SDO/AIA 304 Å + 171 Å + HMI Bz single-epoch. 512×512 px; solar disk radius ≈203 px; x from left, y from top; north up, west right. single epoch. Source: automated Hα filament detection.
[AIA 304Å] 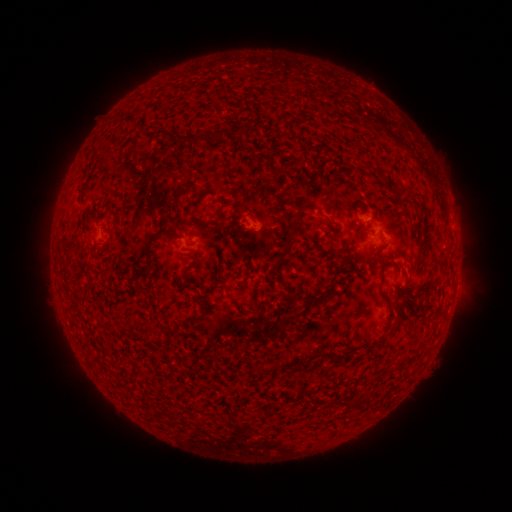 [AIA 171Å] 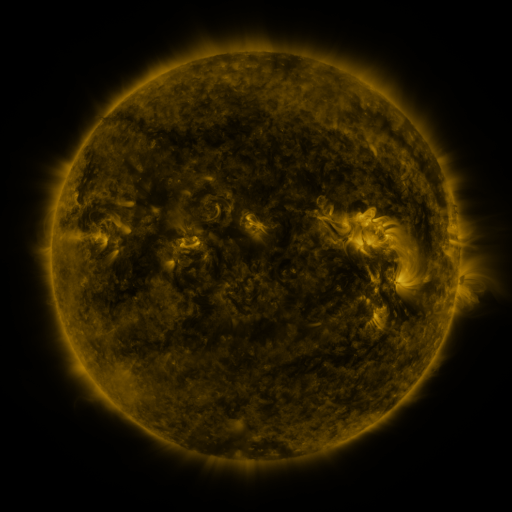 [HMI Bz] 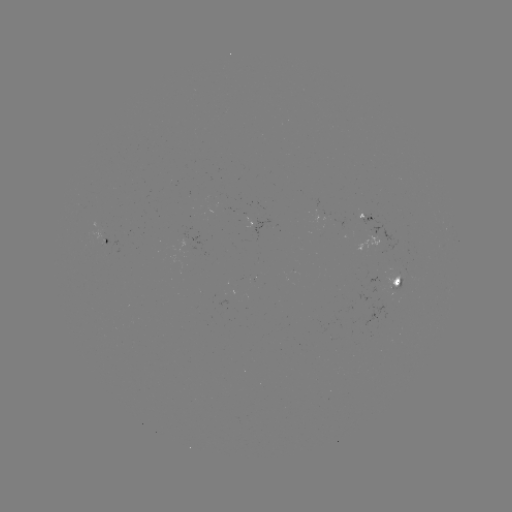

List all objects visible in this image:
filament: <bbox>231, 125, 239, 135</bbox>
filament: <bbox>172, 128, 225, 145</bbox>
filament: <bbox>294, 205, 302, 218</bbox>
filament: <bbox>199, 215, 219, 226</bbox>
filament: <bbox>143, 231, 161, 268</bbox>
filament: <bbox>269, 232, 297, 268</bbox>
filament: <bbox>89, 251, 103, 259</bbox>
filament: <bbox>356, 255, 367, 262</bbox>
filament: <bbox>308, 290, 327, 304</bbox>
filament: <bbox>292, 302, 301, 309</bbox>
filament: <bbox>389, 319, 400, 332</bbox>
filament: <bbox>283, 360, 311, 371</bbox>
